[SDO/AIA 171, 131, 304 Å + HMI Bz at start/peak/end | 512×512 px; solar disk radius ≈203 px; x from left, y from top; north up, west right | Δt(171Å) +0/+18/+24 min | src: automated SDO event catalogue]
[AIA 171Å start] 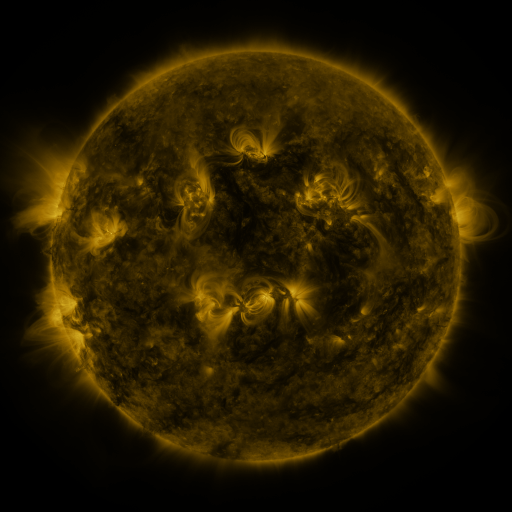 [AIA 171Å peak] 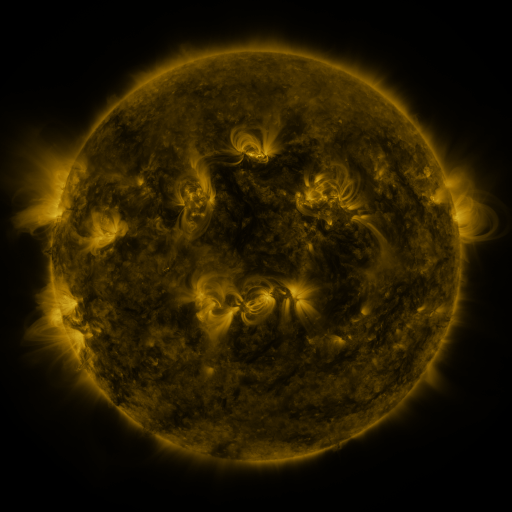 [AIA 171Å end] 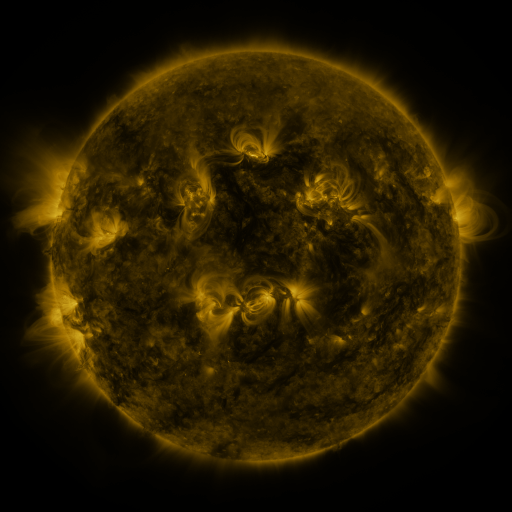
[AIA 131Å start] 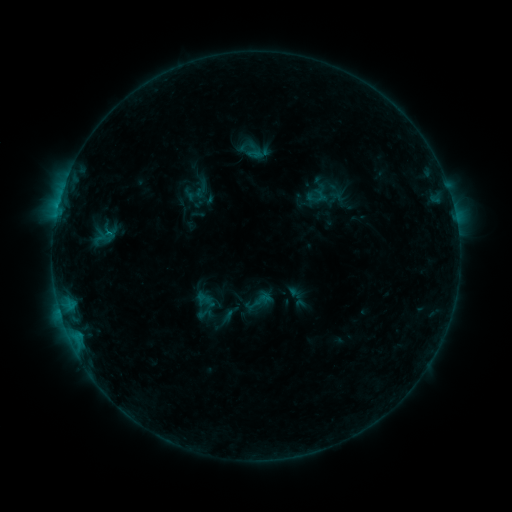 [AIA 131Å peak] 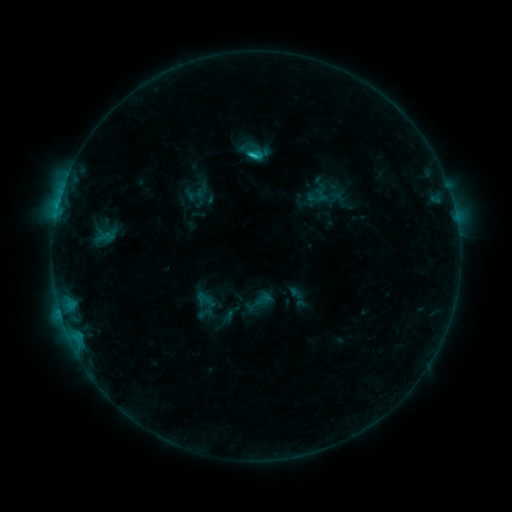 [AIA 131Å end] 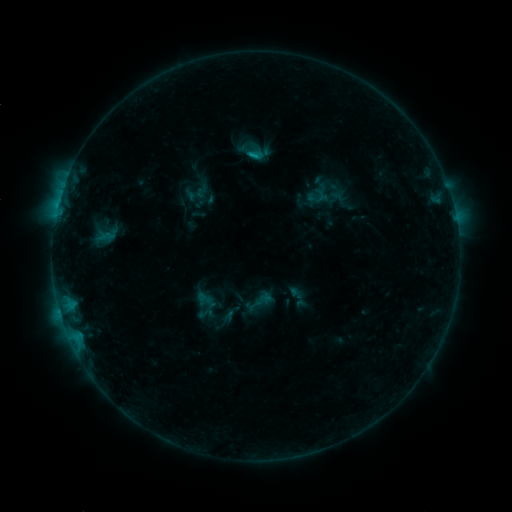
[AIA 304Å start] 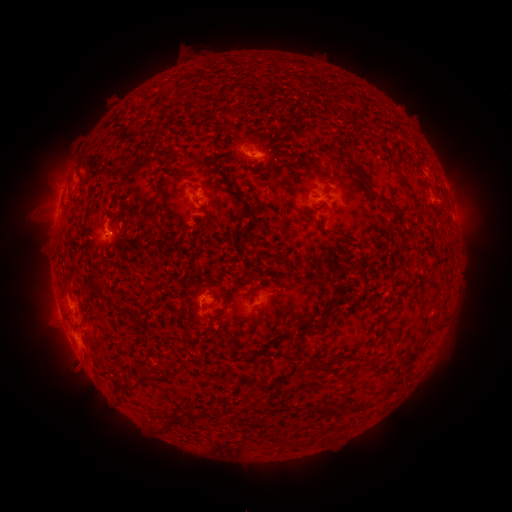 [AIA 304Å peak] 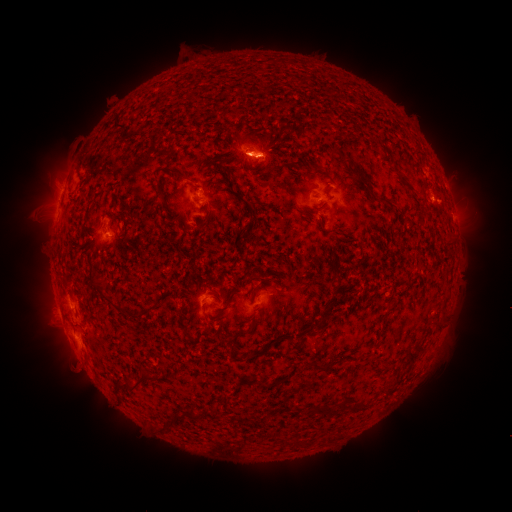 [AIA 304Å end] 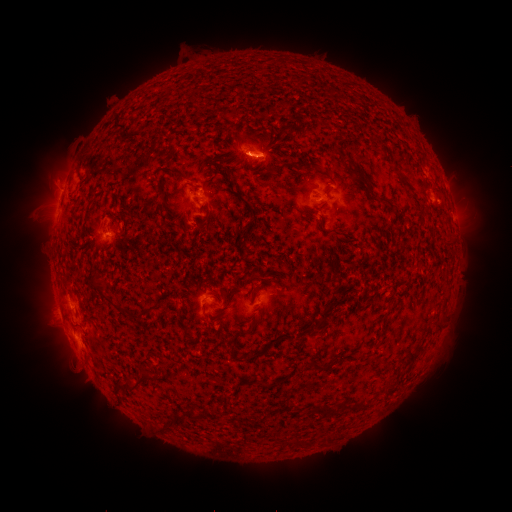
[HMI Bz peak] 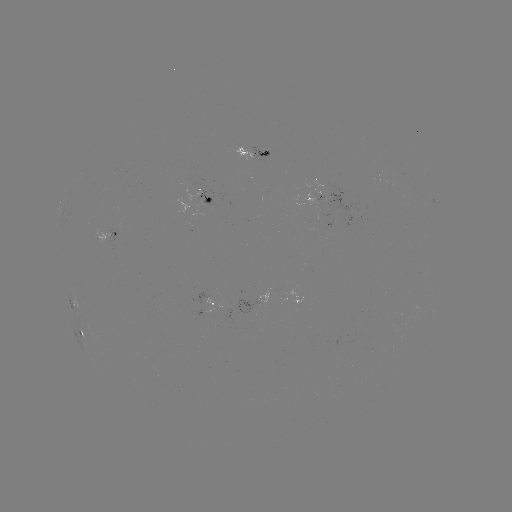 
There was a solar flare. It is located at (256, 156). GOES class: C1.2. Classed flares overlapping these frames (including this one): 2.